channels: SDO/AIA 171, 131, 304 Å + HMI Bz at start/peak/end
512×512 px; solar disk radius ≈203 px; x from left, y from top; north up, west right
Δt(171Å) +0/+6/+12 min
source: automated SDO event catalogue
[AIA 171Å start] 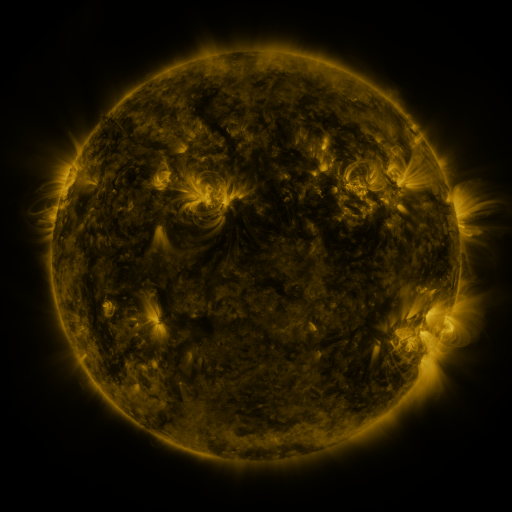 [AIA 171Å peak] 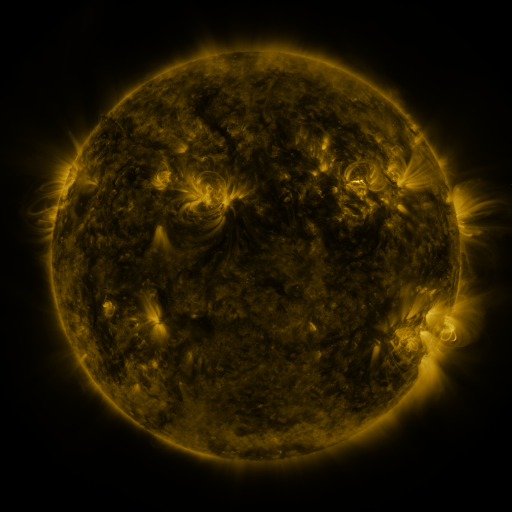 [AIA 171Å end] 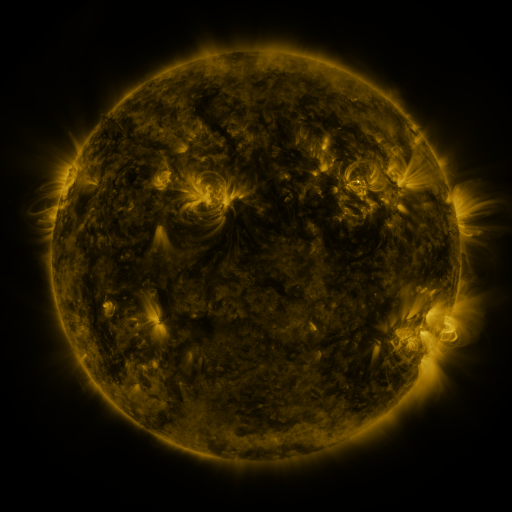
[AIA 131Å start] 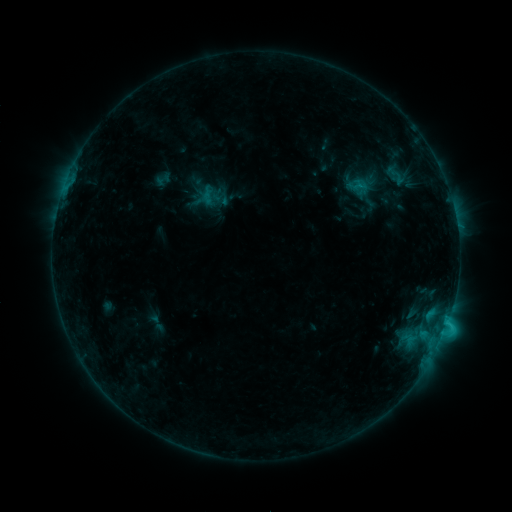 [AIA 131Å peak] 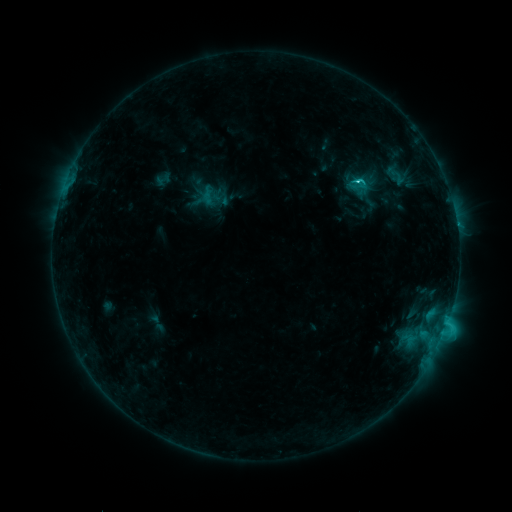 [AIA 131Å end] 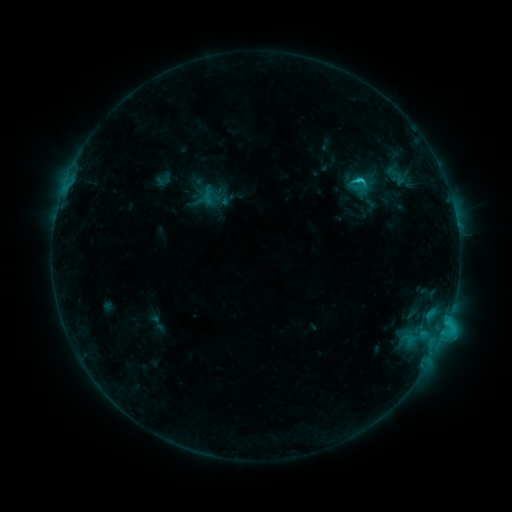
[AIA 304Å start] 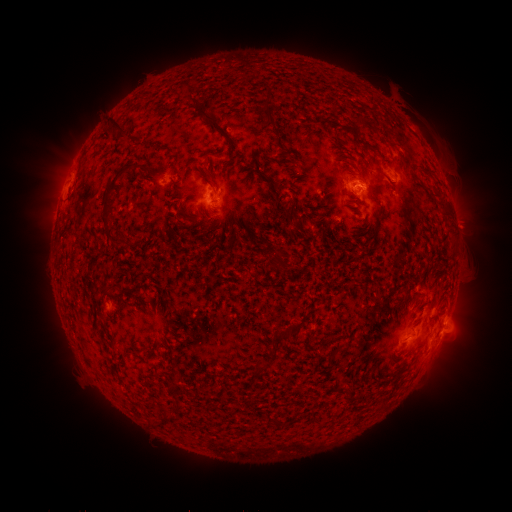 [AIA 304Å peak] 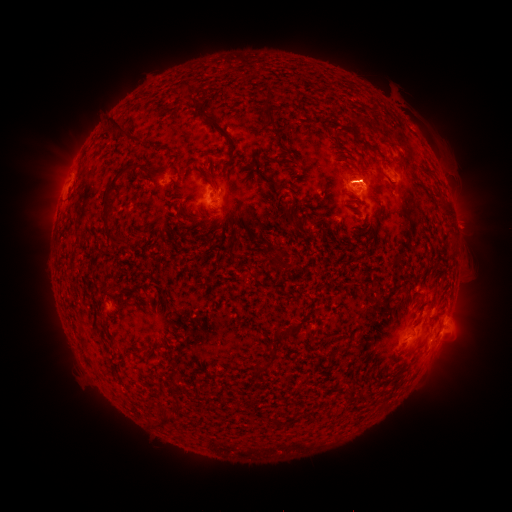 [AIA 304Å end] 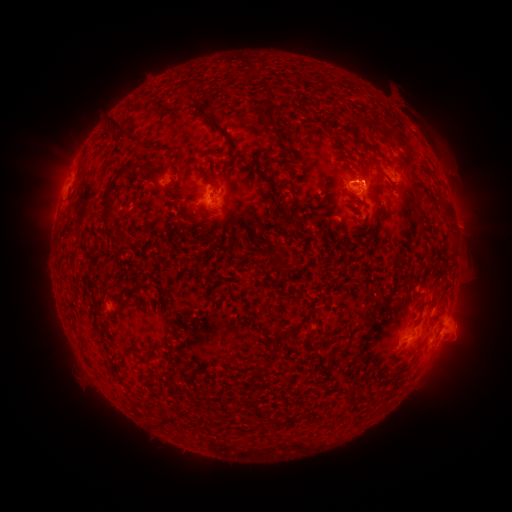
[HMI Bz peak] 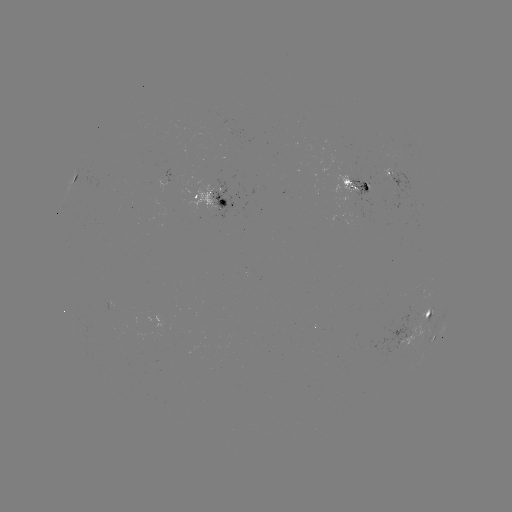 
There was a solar flare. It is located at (355, 182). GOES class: C2.9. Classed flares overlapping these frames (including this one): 1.